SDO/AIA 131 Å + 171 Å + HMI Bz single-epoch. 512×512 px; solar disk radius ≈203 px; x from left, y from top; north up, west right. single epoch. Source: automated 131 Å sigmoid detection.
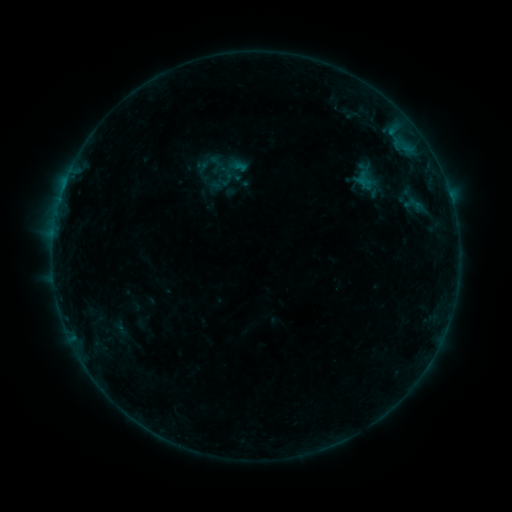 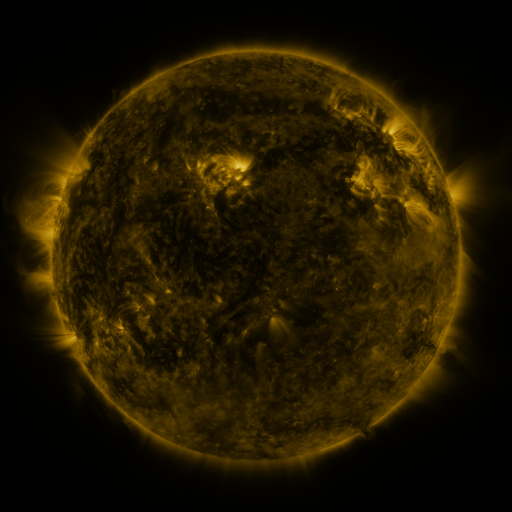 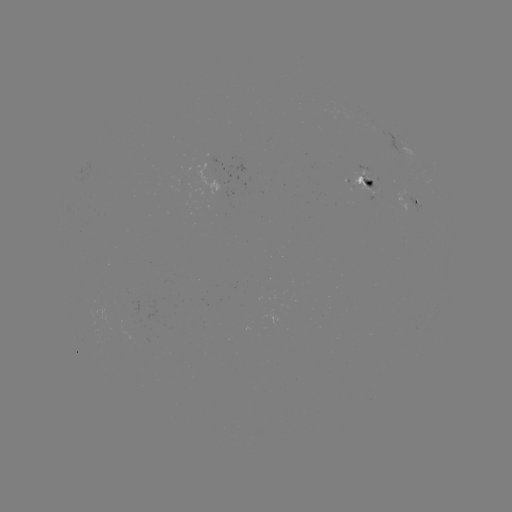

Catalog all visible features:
sigmoid: (232, 172)
